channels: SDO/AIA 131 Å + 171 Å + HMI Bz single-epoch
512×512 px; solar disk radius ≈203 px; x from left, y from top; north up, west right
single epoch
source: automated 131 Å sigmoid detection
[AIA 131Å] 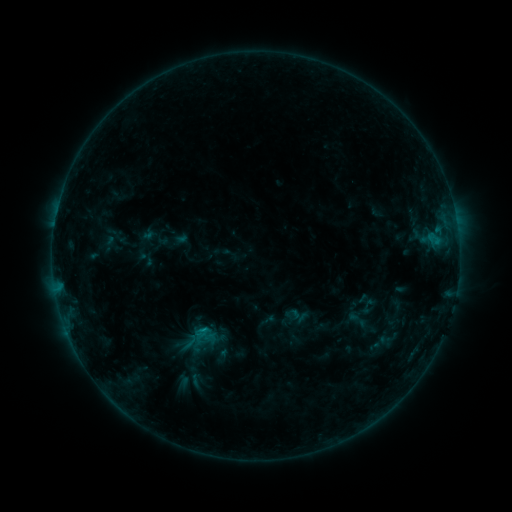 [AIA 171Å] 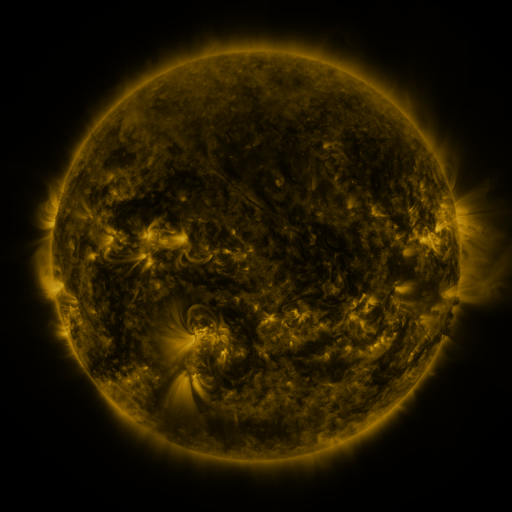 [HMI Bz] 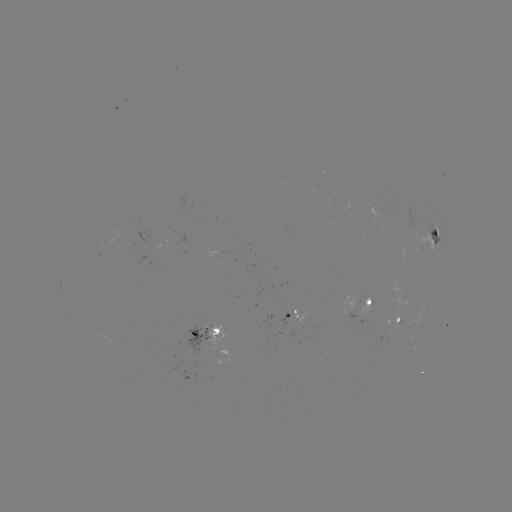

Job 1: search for sigmoid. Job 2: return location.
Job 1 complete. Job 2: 358,320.